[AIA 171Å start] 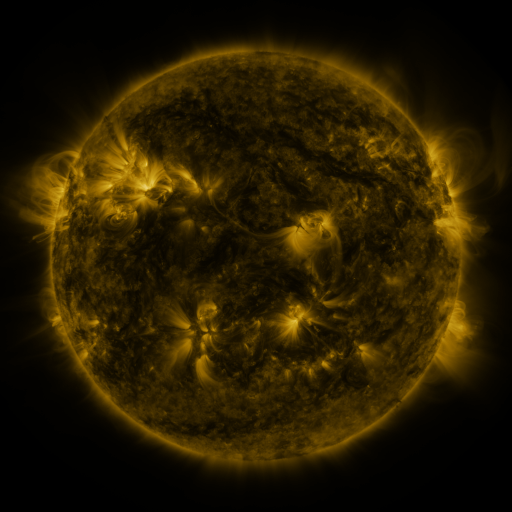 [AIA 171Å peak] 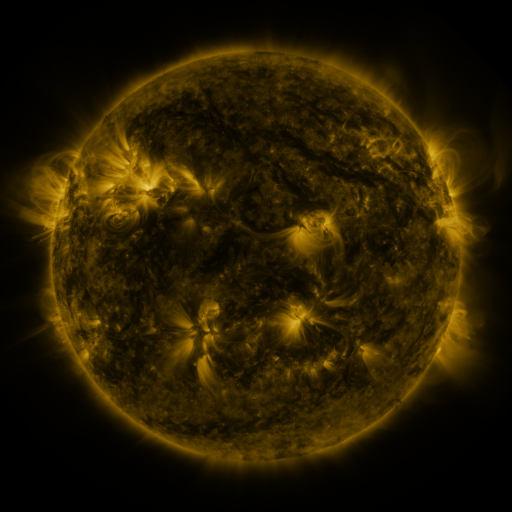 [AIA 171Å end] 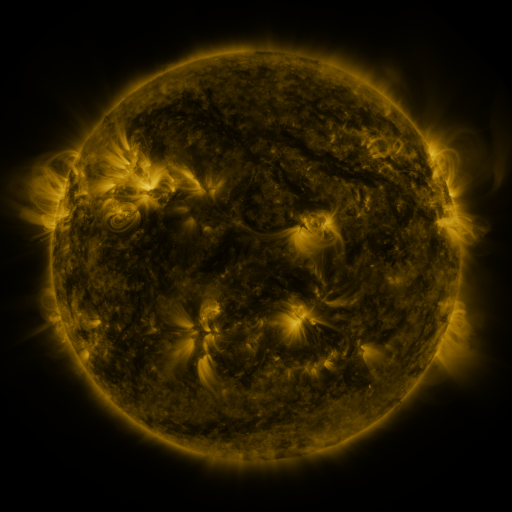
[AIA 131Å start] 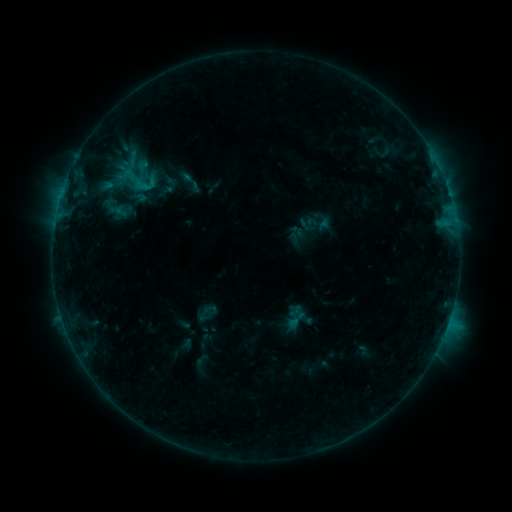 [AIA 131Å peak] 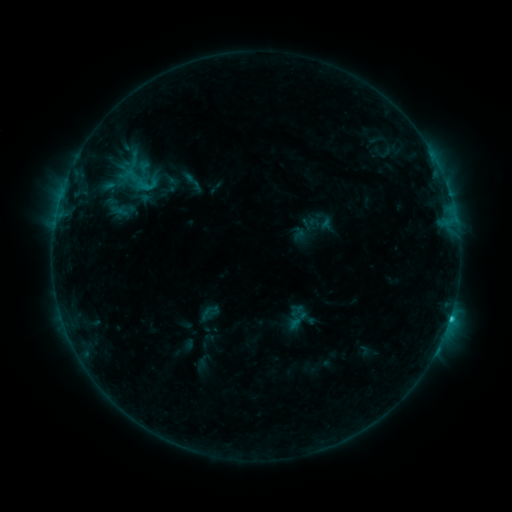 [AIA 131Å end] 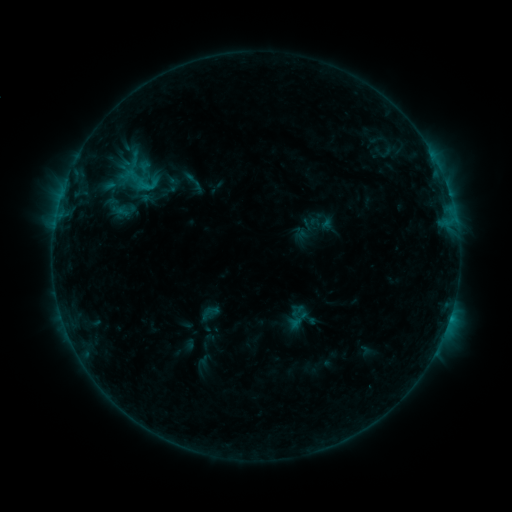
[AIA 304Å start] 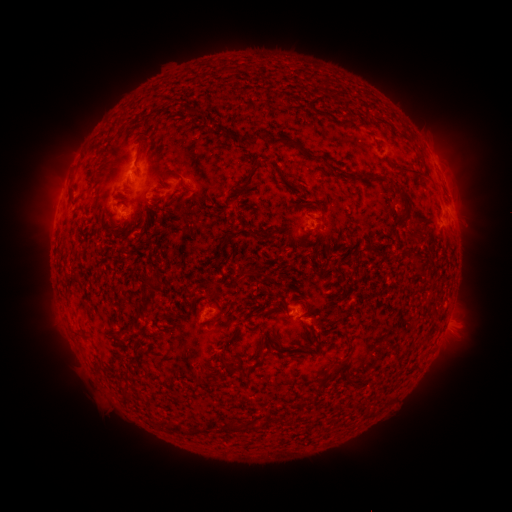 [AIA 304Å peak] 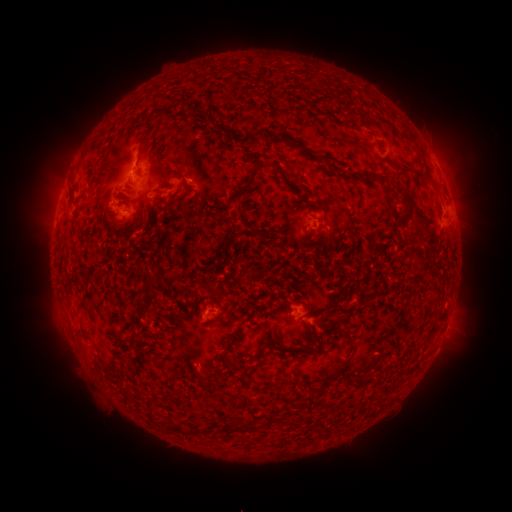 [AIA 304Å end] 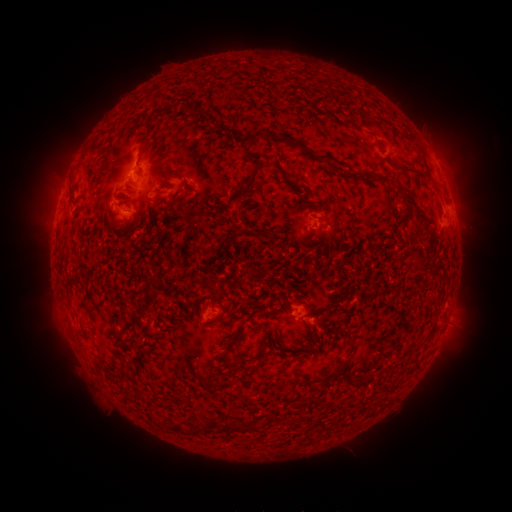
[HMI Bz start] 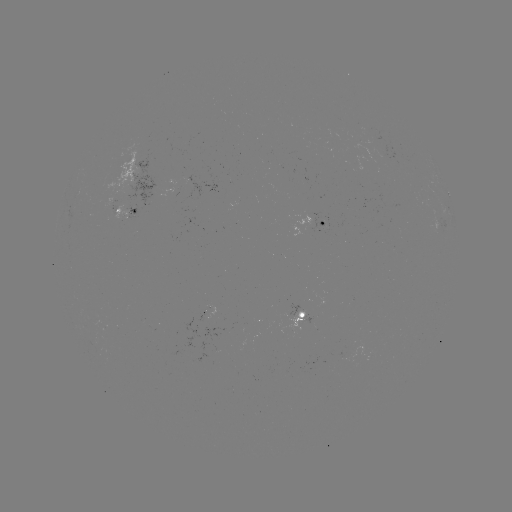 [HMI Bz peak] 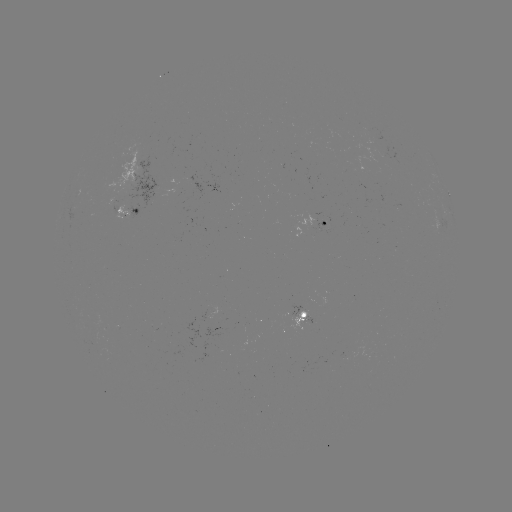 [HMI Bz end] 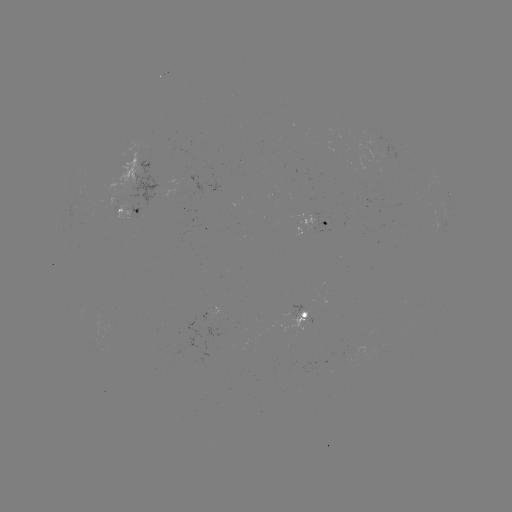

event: flare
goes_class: C1.3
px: (450, 315)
